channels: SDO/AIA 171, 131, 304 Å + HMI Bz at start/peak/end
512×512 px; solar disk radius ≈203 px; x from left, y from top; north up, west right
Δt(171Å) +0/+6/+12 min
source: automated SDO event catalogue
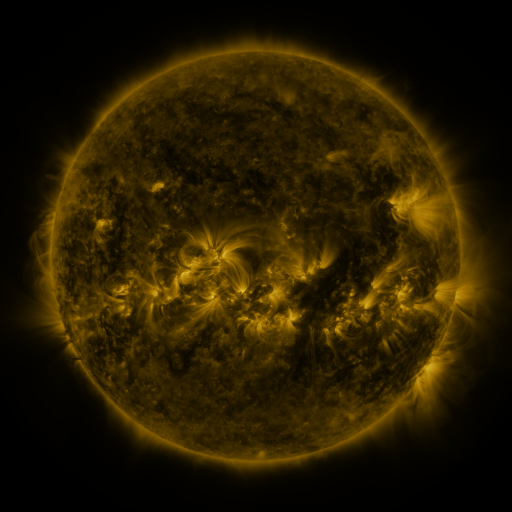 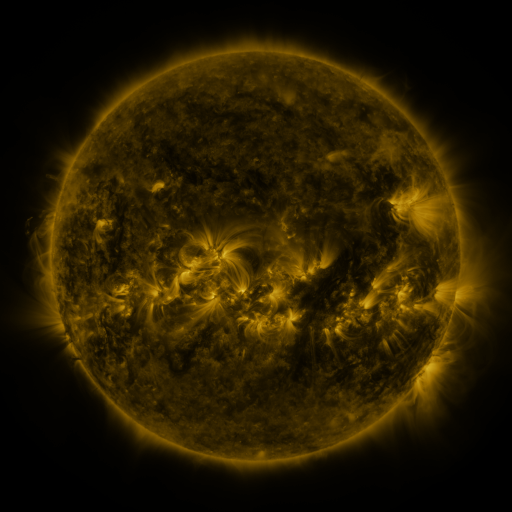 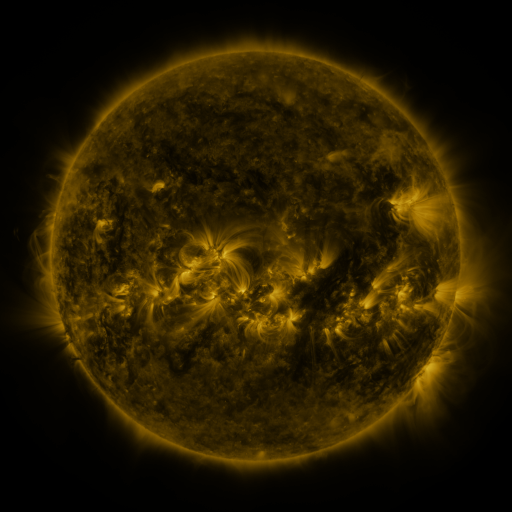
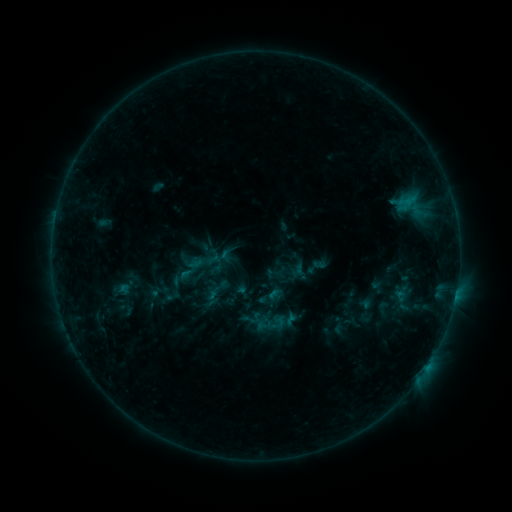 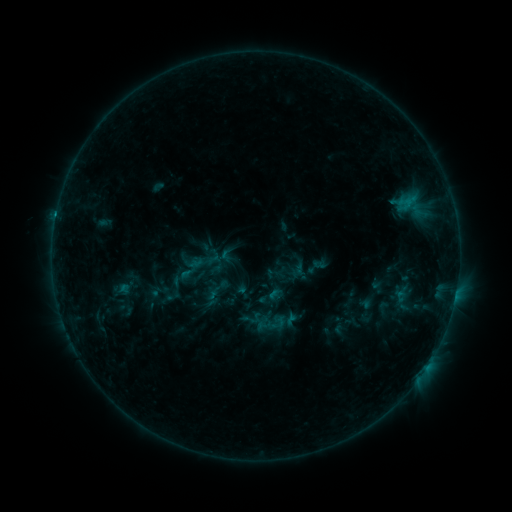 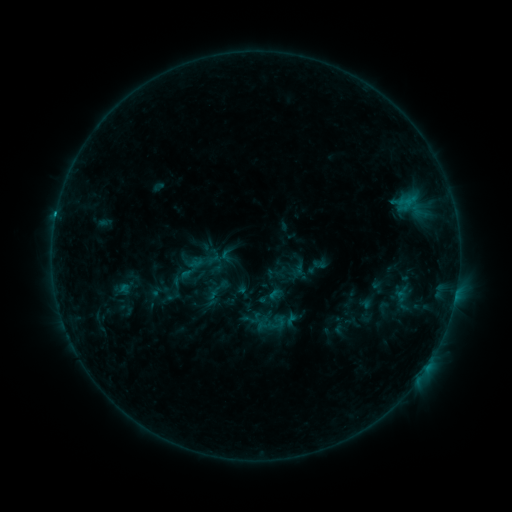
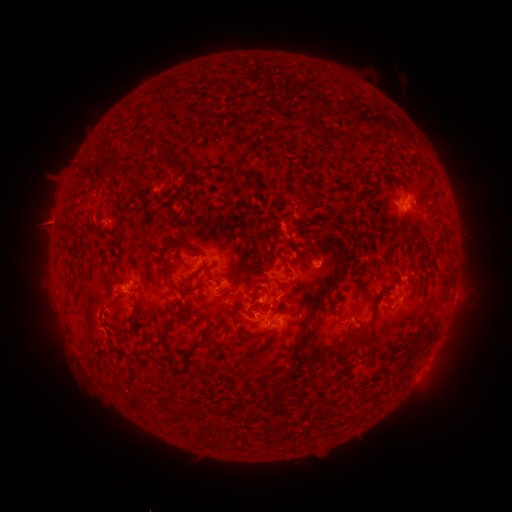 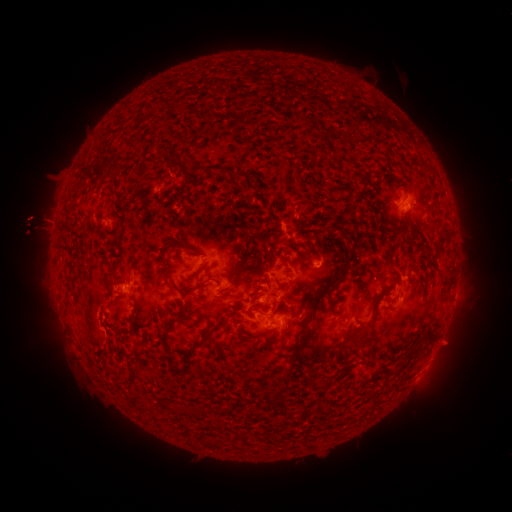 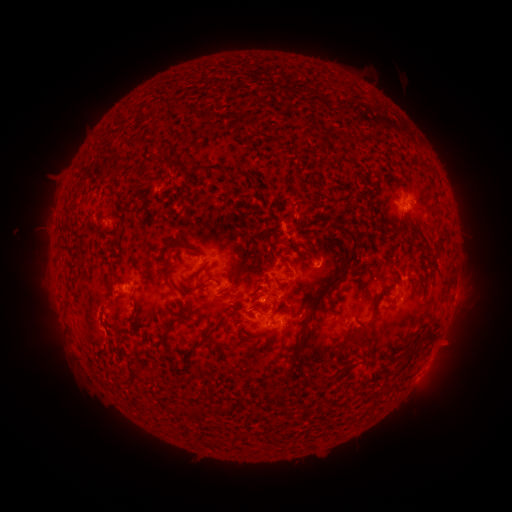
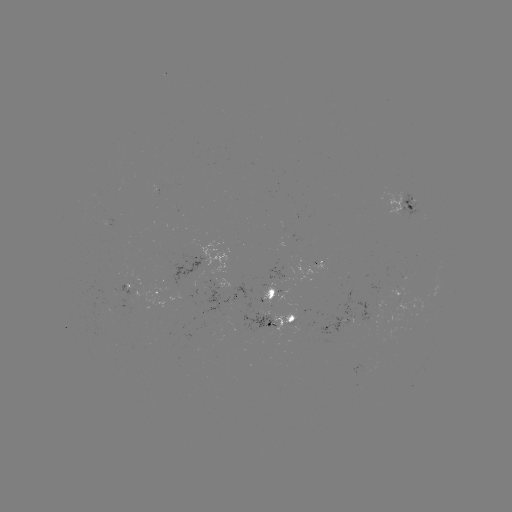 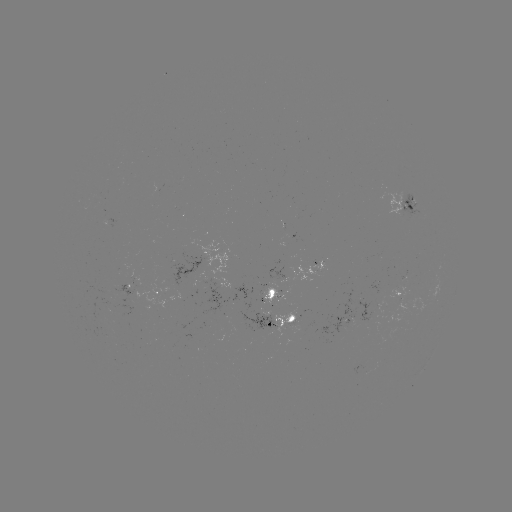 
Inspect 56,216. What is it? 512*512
C1.0 flare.